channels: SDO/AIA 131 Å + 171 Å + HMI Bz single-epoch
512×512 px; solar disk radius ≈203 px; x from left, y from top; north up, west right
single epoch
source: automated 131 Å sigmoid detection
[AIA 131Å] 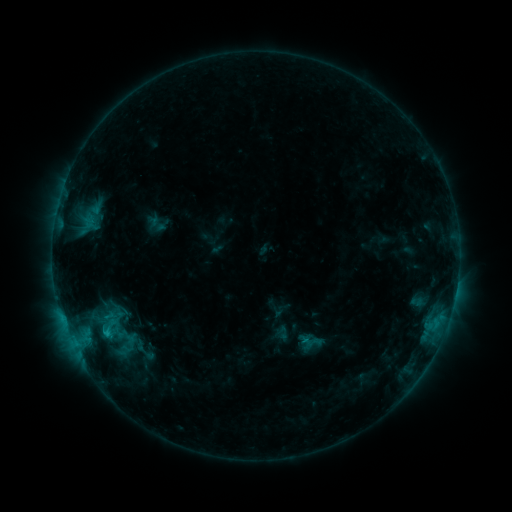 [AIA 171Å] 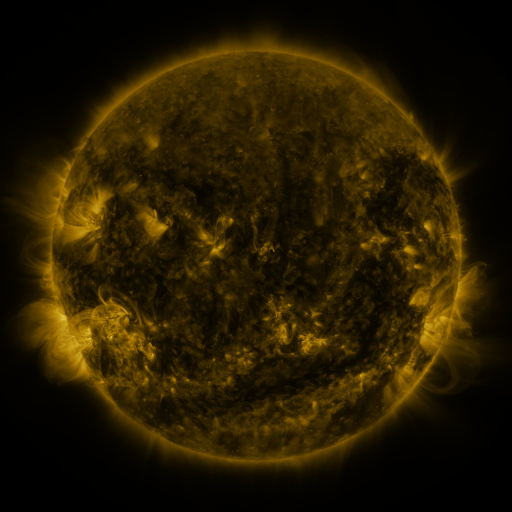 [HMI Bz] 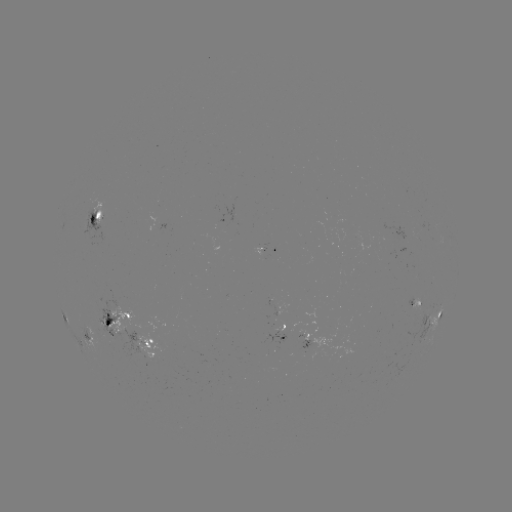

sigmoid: <bbox>87, 306, 130, 345</bbox>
